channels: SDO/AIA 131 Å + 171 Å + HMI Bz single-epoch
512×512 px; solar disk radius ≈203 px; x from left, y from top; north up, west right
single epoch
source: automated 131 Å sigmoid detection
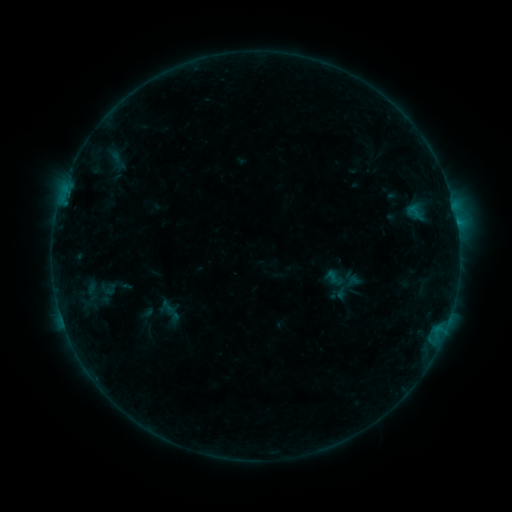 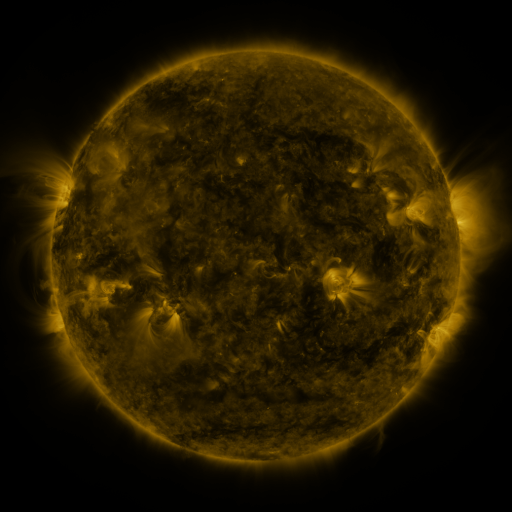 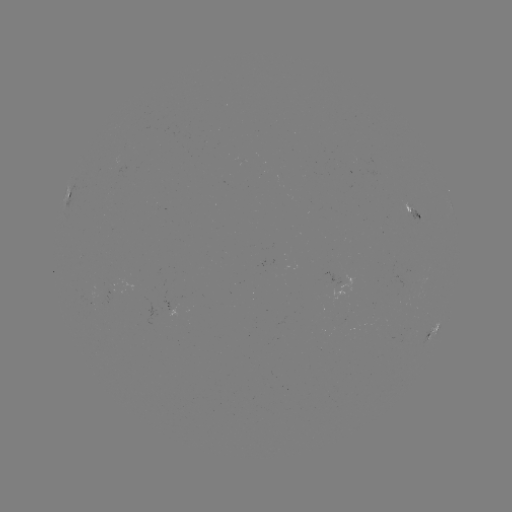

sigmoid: <bbox>96, 279, 120, 298</bbox>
